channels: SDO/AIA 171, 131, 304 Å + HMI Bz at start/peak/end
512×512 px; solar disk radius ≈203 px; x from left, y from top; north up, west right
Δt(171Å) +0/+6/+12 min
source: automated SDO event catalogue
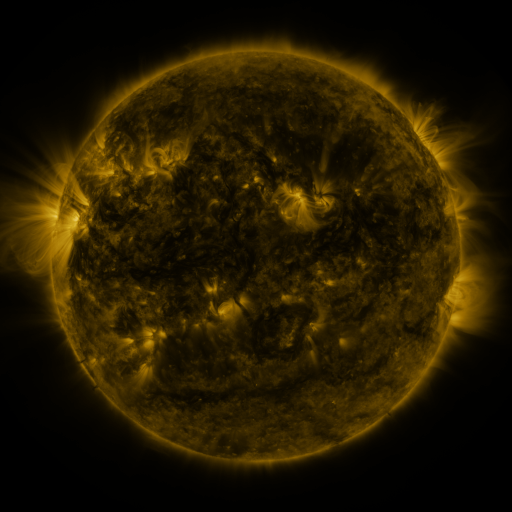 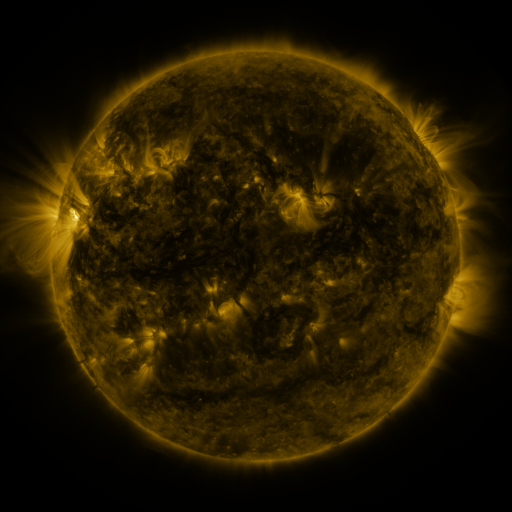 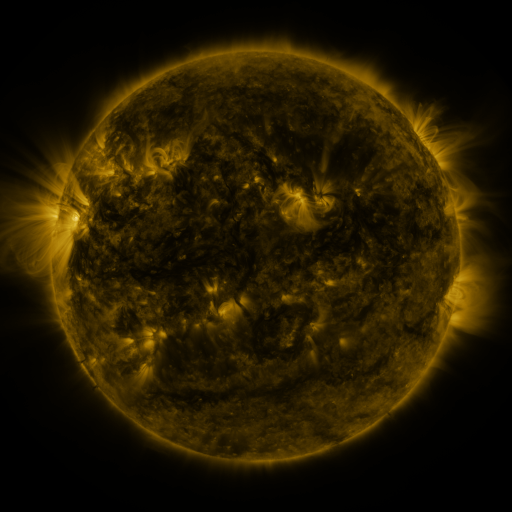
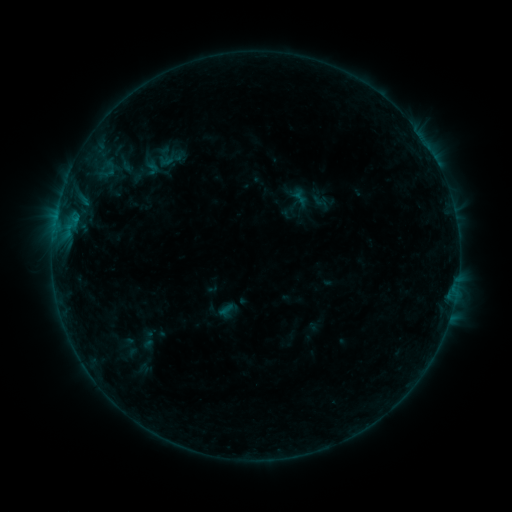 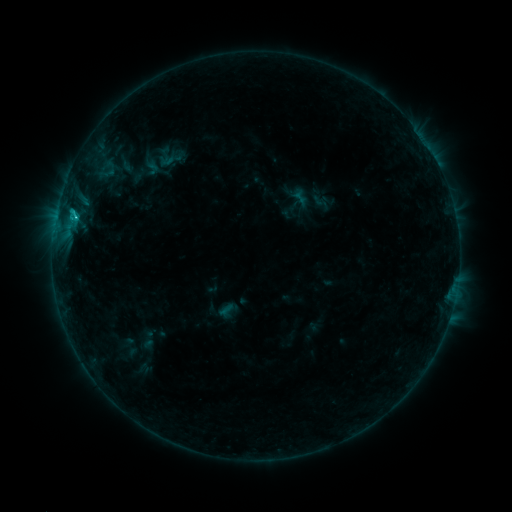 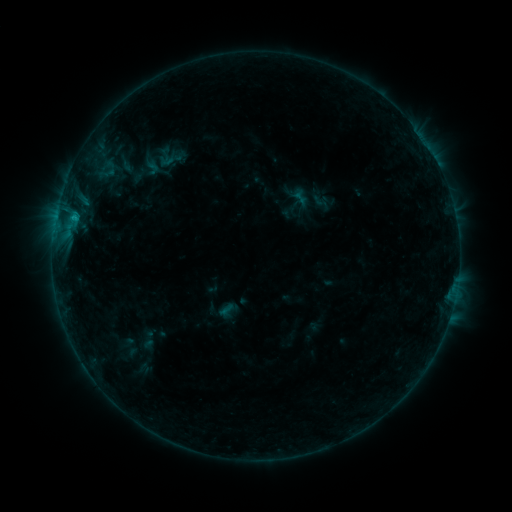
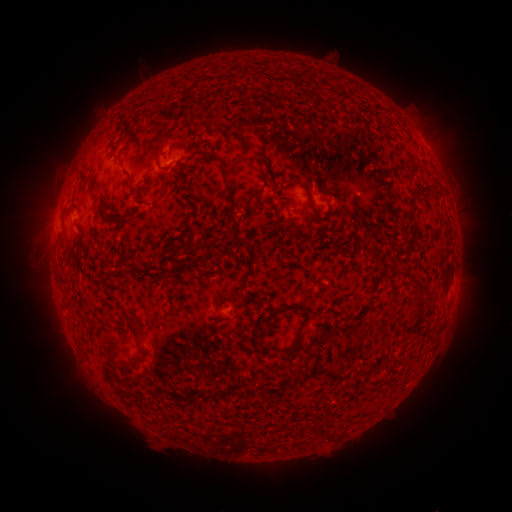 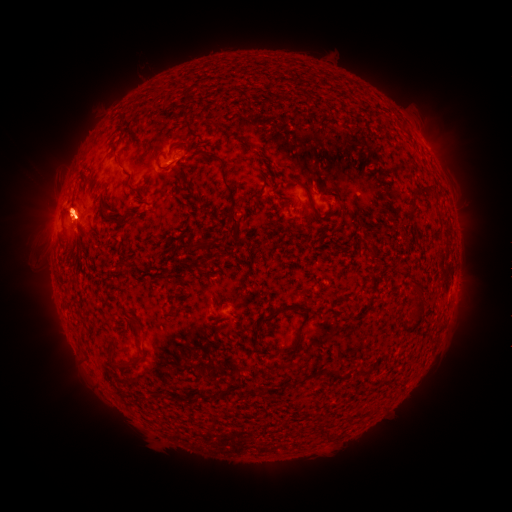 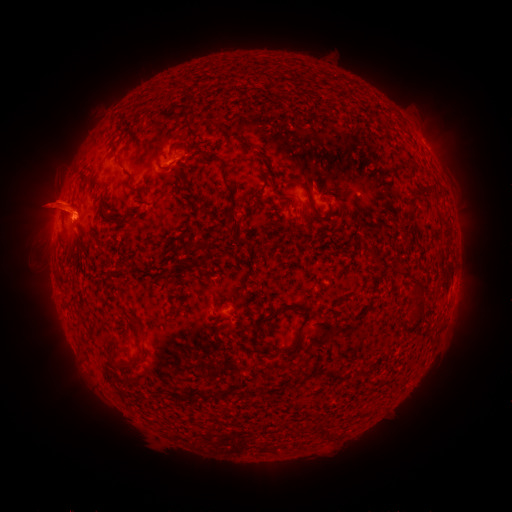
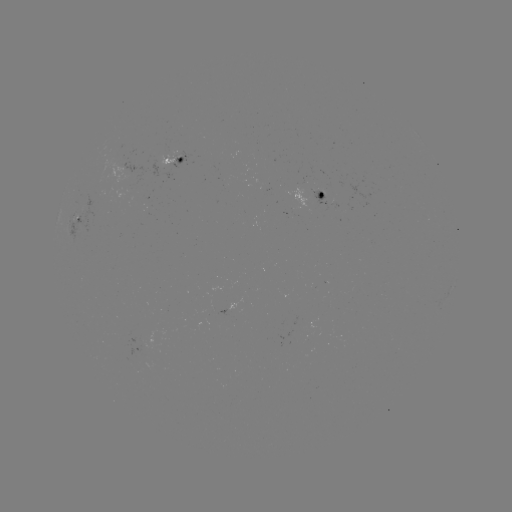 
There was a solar flare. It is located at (76, 217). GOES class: B6.6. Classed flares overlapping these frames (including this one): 1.